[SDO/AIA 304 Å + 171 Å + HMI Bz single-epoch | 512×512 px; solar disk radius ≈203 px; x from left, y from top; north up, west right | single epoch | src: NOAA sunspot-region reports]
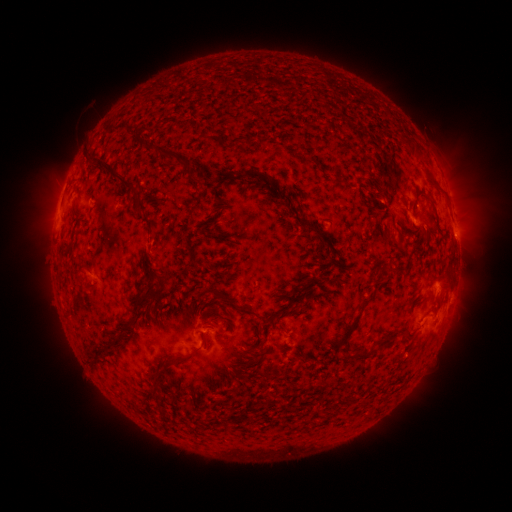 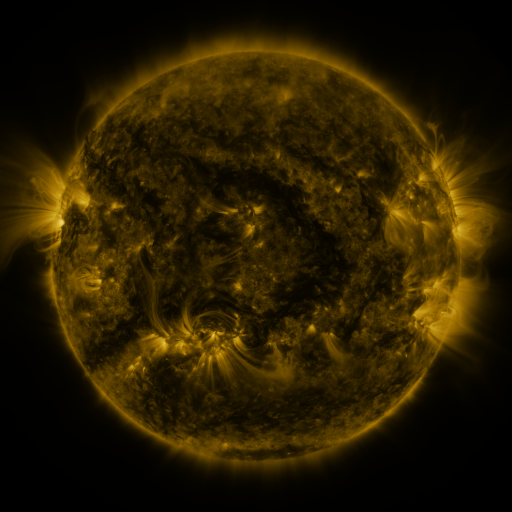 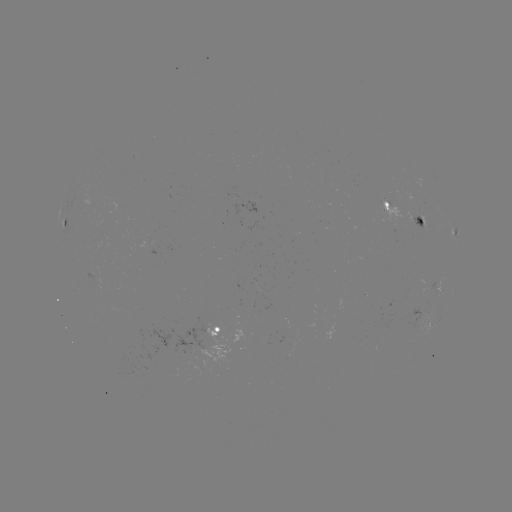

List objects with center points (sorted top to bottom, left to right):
spotted active region: (408, 212)
spotted active region: (67, 221)
spotted active region: (455, 229)
spotted active region: (225, 332)
